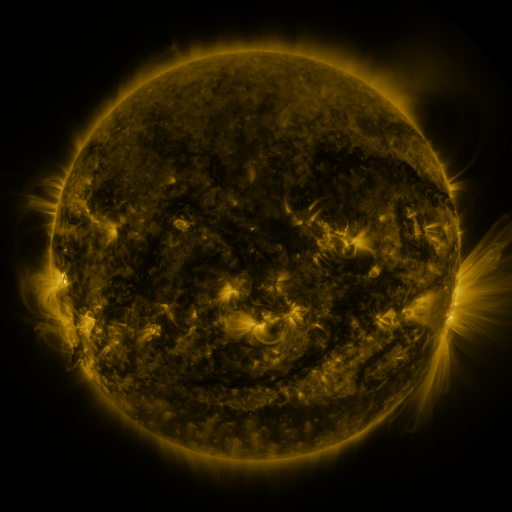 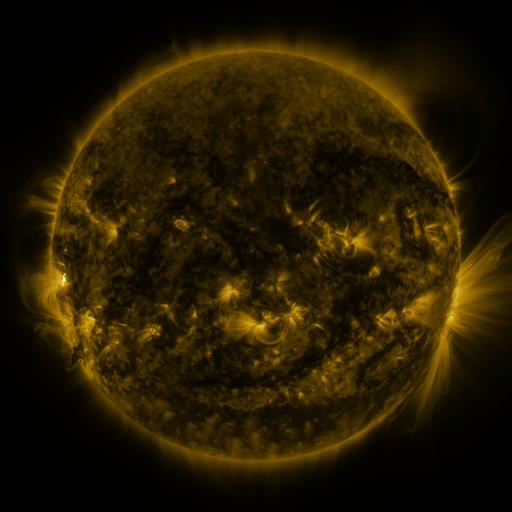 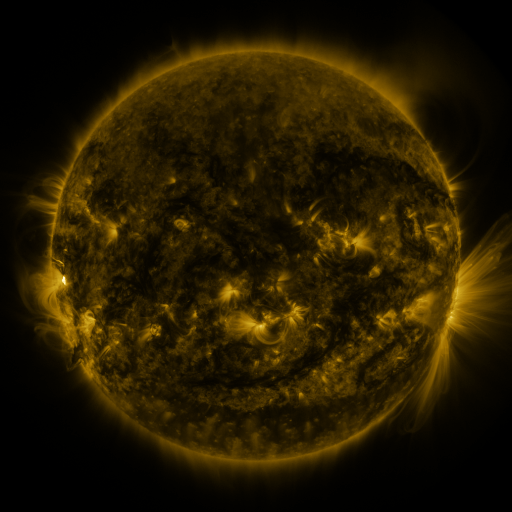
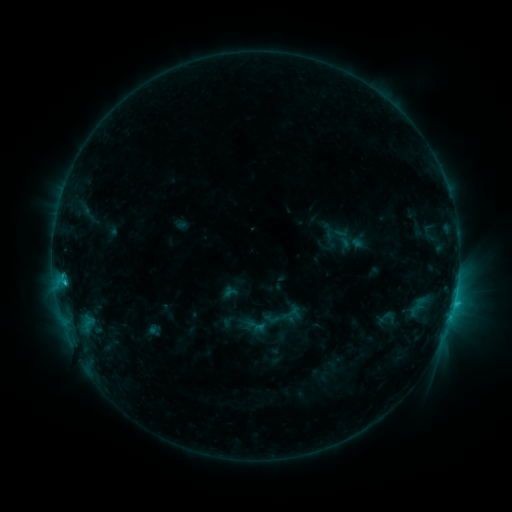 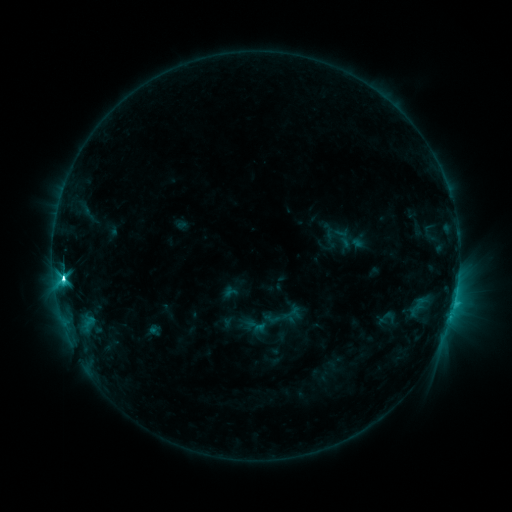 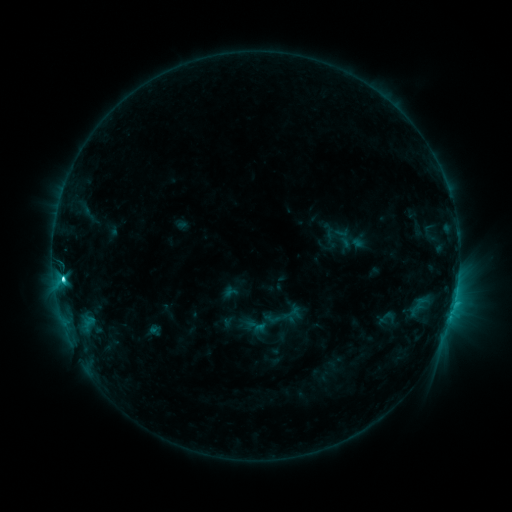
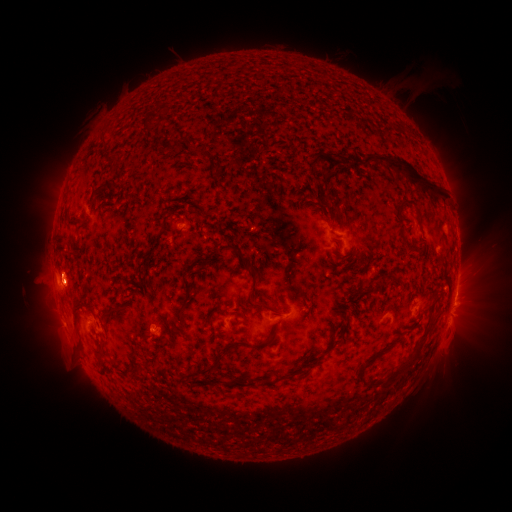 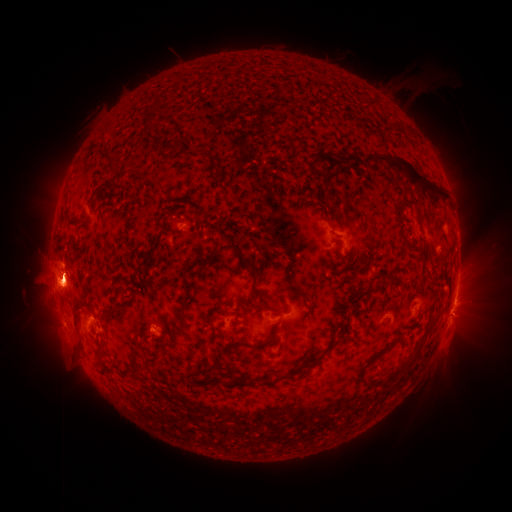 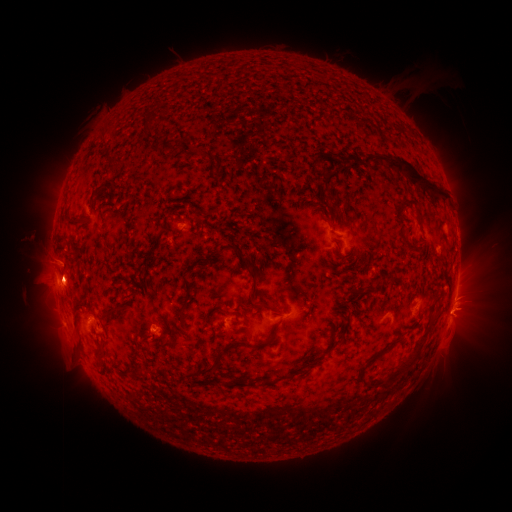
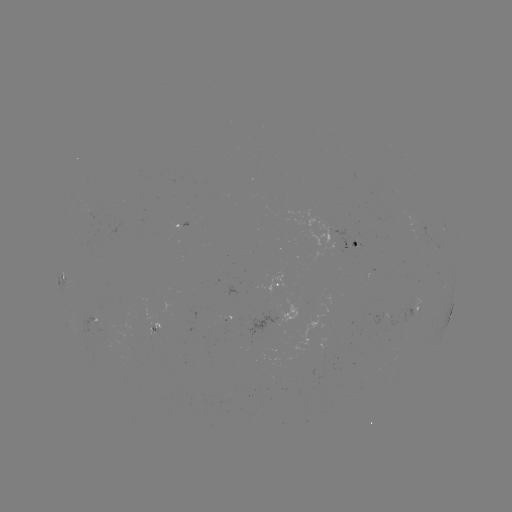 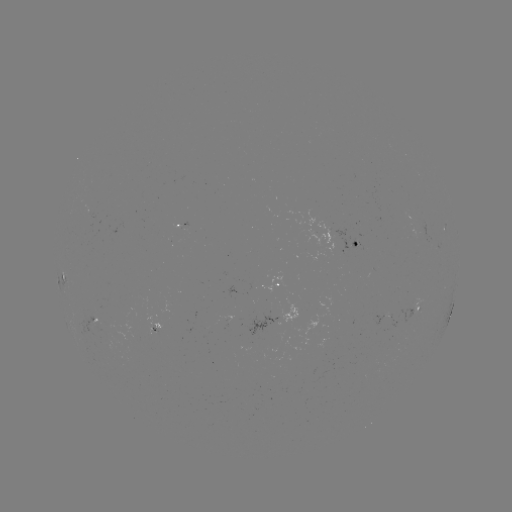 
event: flare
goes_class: C6.9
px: (65, 275)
